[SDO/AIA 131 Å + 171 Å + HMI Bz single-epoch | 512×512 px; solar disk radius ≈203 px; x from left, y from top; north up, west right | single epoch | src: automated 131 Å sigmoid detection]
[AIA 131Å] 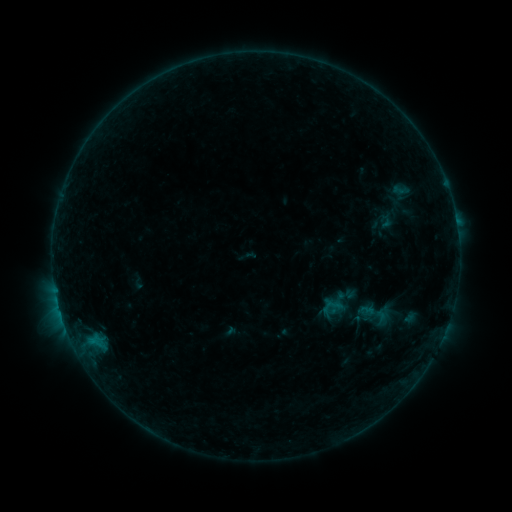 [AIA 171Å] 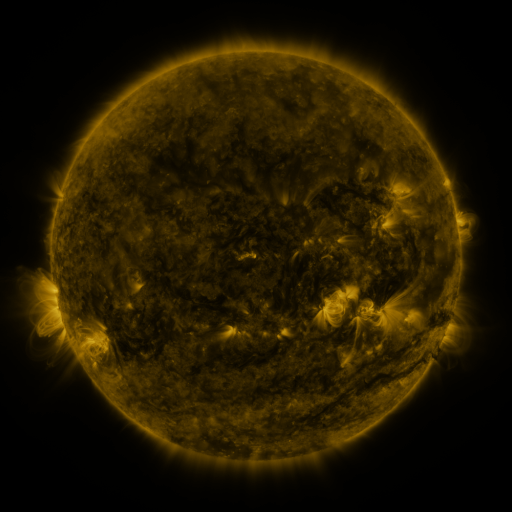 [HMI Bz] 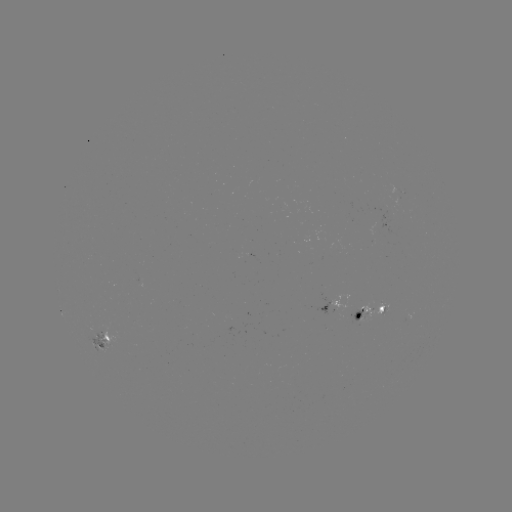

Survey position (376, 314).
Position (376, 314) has sigmoid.